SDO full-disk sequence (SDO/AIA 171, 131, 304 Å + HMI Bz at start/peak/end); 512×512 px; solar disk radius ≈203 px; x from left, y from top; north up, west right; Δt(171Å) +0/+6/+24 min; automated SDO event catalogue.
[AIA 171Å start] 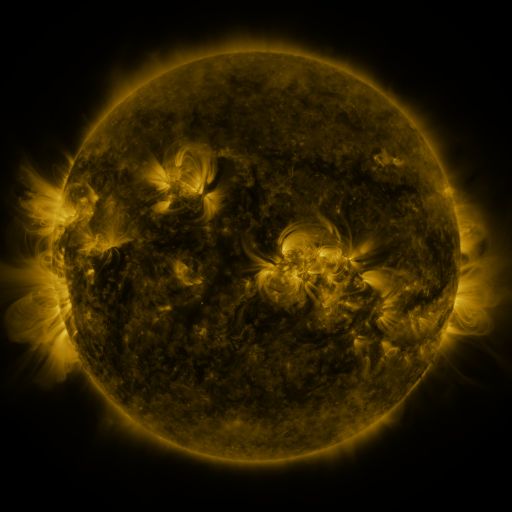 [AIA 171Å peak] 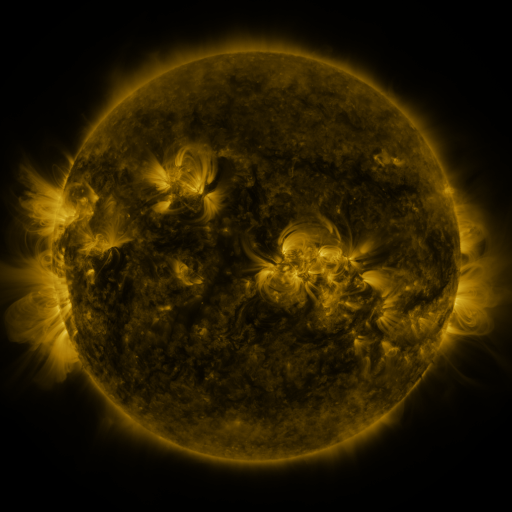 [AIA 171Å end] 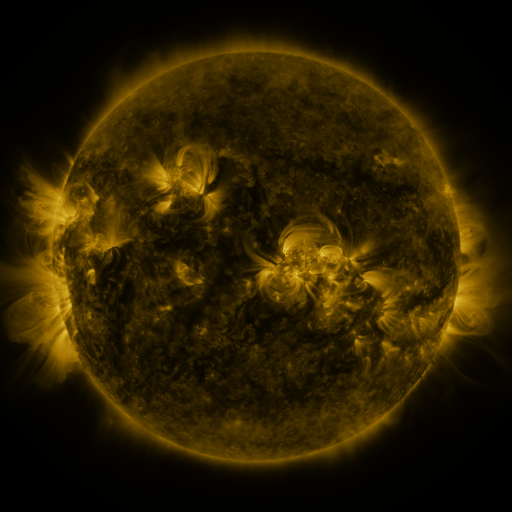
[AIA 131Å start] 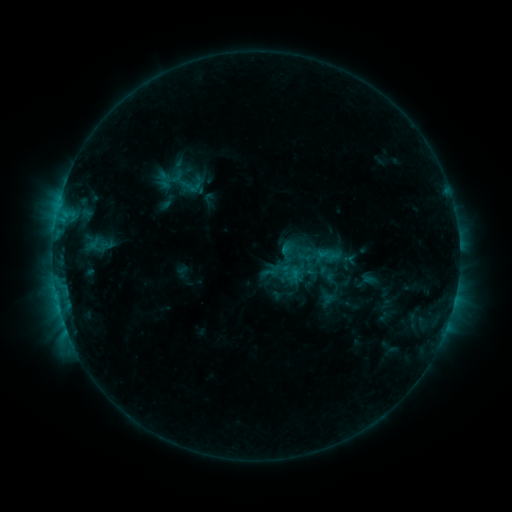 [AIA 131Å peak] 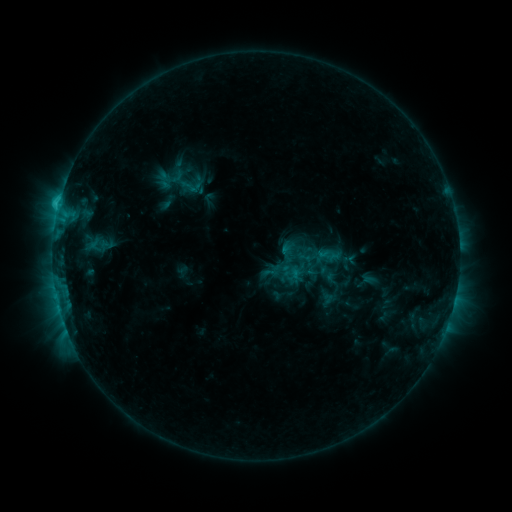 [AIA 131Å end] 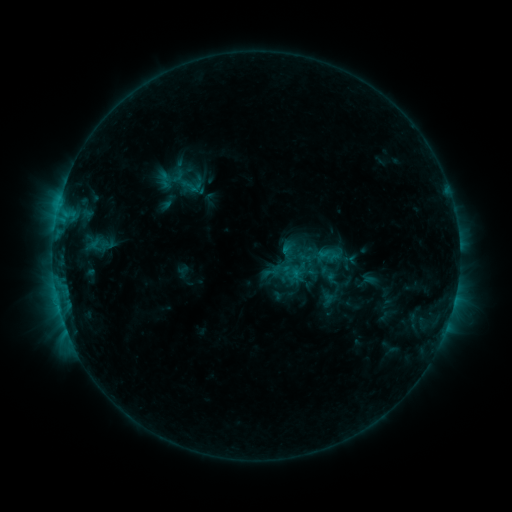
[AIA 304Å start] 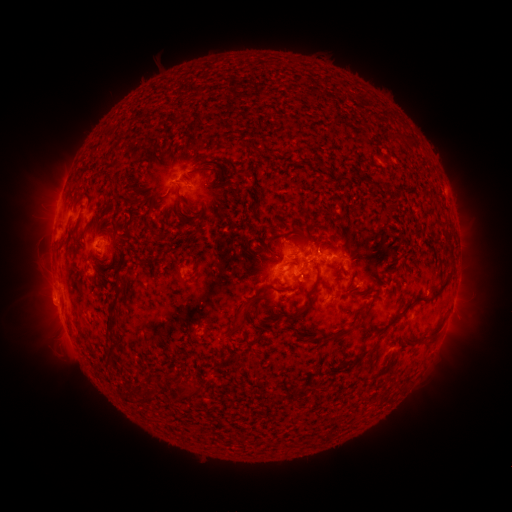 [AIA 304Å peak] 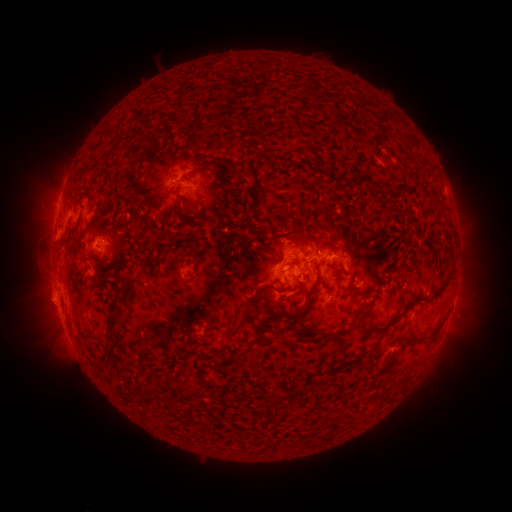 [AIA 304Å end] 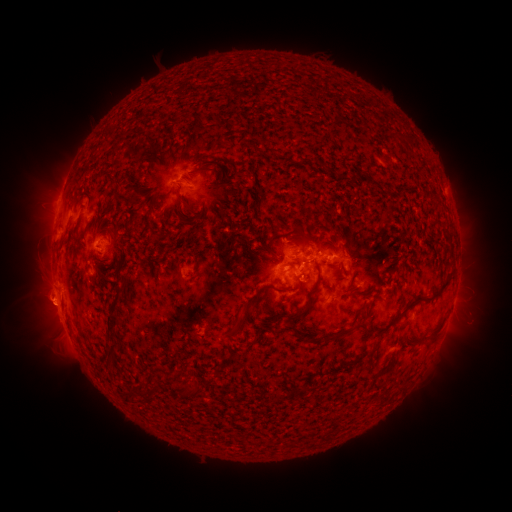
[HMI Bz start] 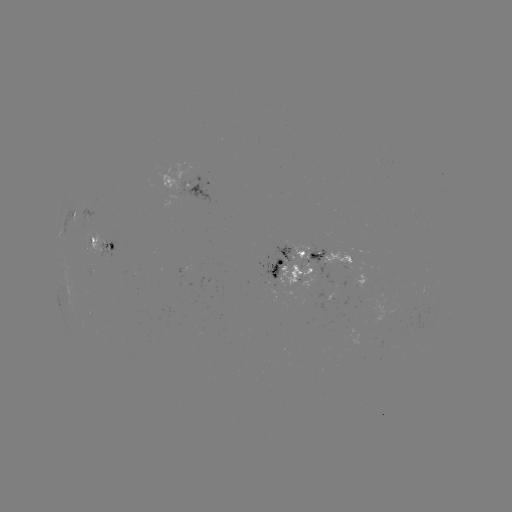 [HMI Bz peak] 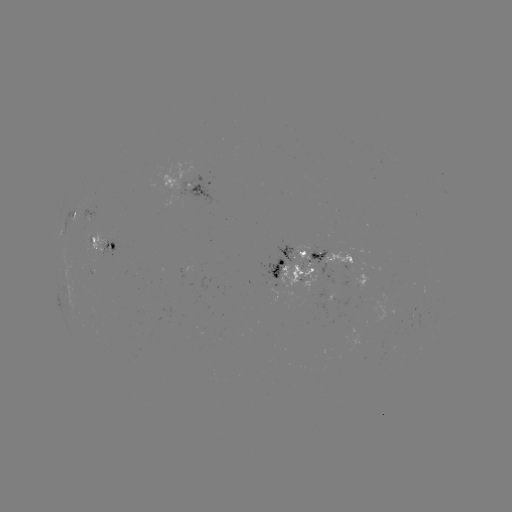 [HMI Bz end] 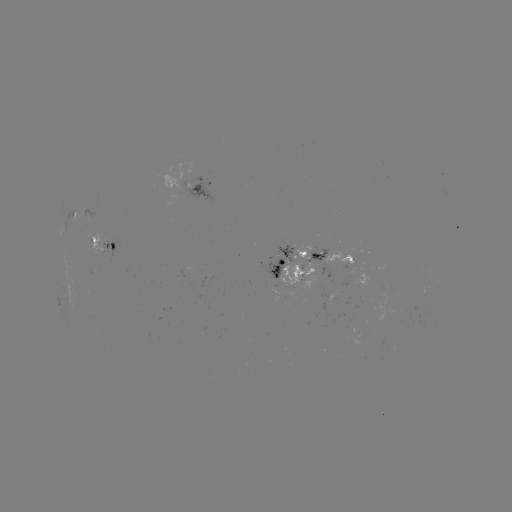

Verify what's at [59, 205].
C1.5 flare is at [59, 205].